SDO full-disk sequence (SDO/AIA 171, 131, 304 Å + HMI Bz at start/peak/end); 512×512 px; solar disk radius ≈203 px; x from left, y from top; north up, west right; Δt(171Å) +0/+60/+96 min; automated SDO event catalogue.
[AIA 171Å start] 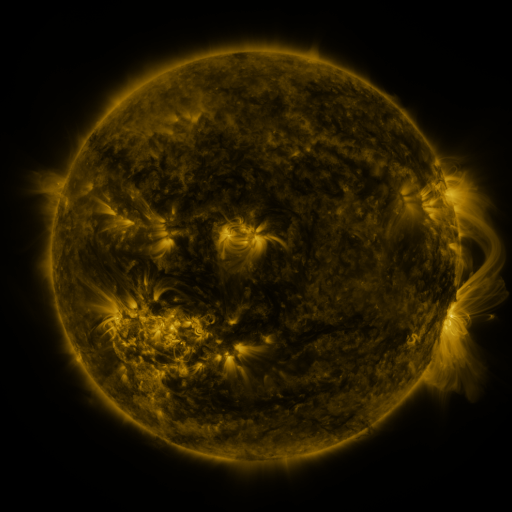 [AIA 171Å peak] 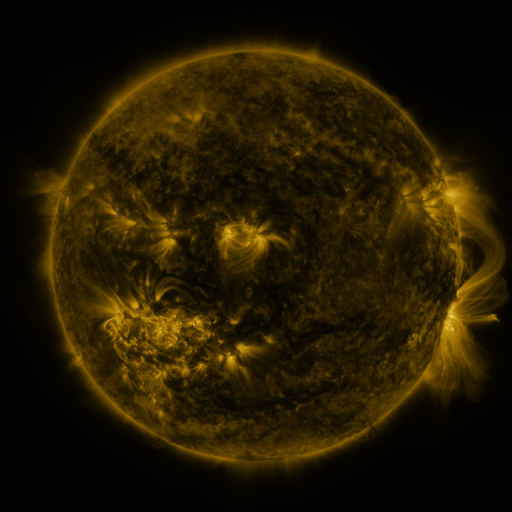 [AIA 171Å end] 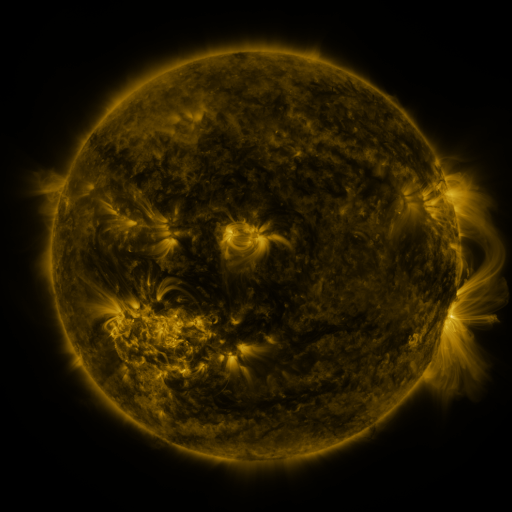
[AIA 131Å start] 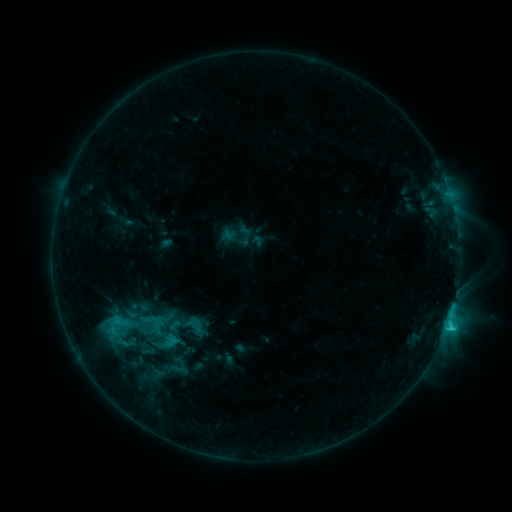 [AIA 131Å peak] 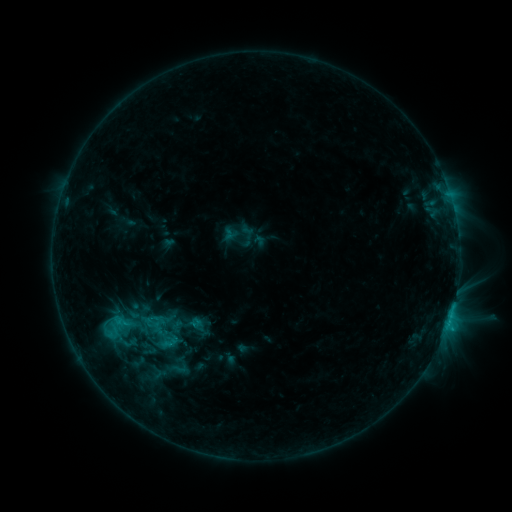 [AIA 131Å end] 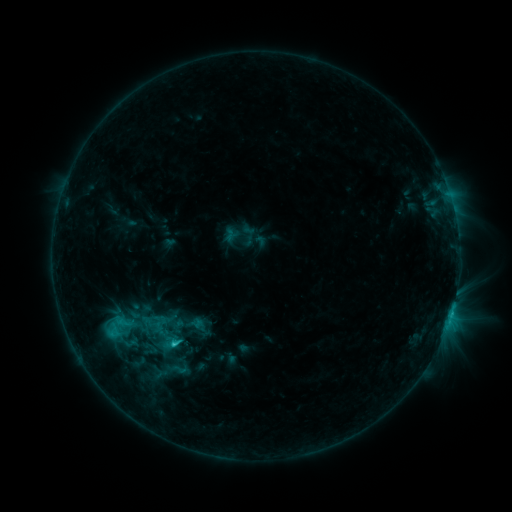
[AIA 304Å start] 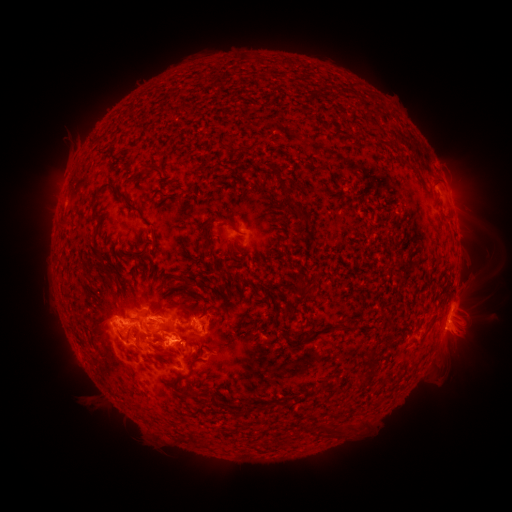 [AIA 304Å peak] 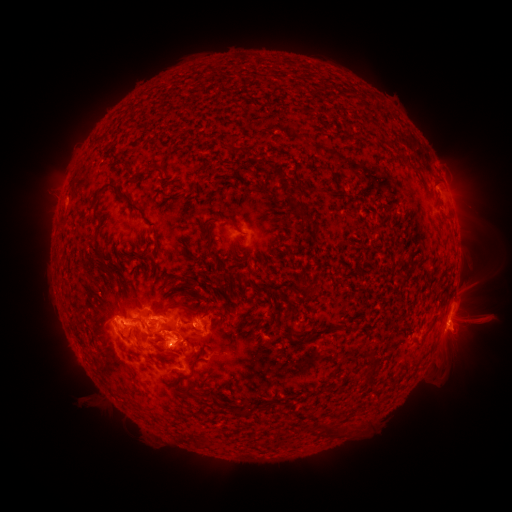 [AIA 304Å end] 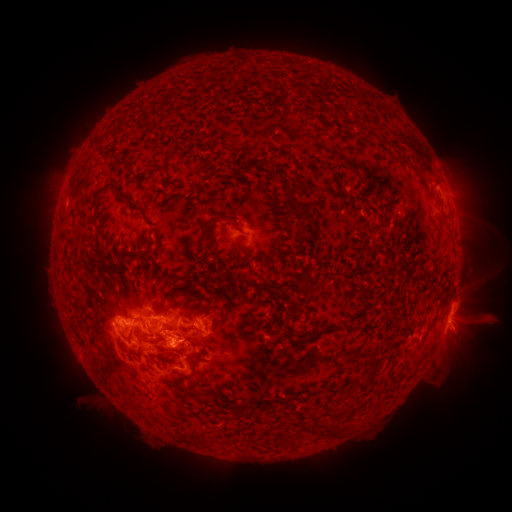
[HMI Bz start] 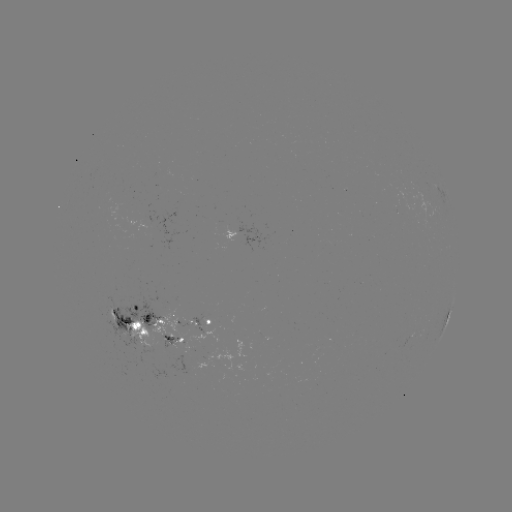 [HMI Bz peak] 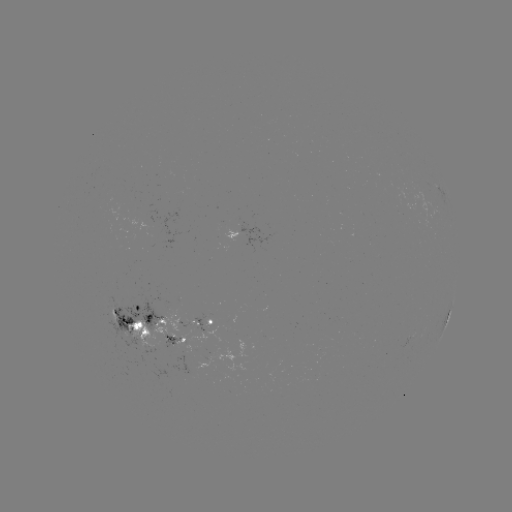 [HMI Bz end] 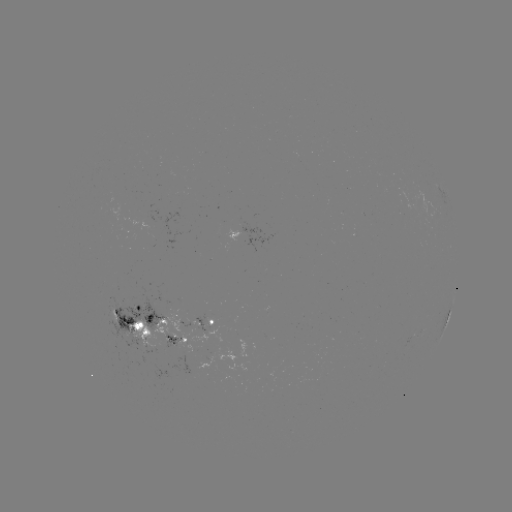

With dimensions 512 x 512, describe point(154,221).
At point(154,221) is emerging-flux region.